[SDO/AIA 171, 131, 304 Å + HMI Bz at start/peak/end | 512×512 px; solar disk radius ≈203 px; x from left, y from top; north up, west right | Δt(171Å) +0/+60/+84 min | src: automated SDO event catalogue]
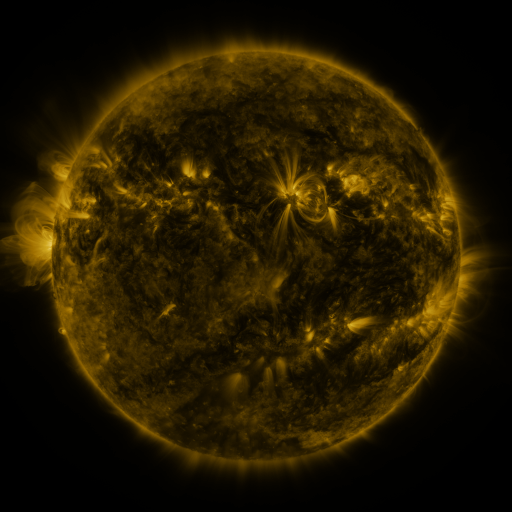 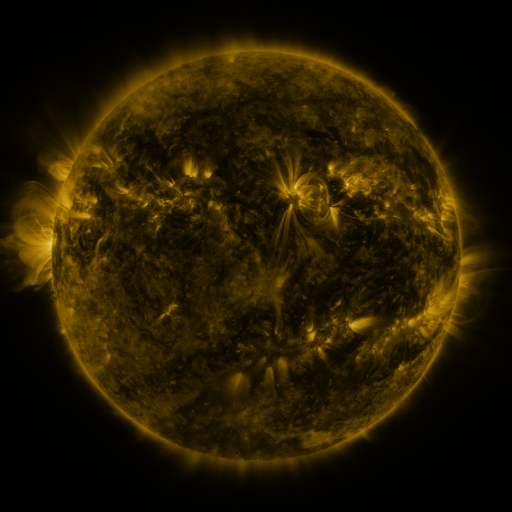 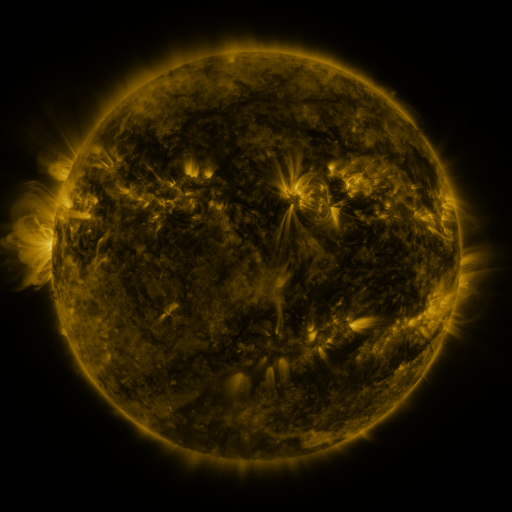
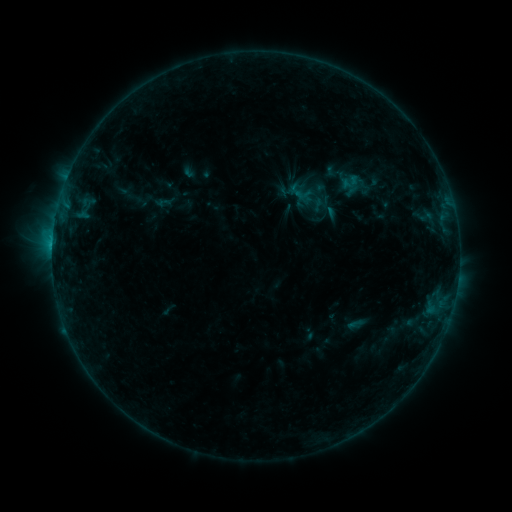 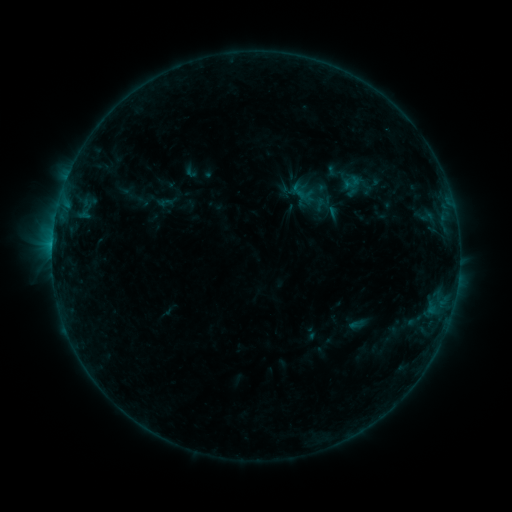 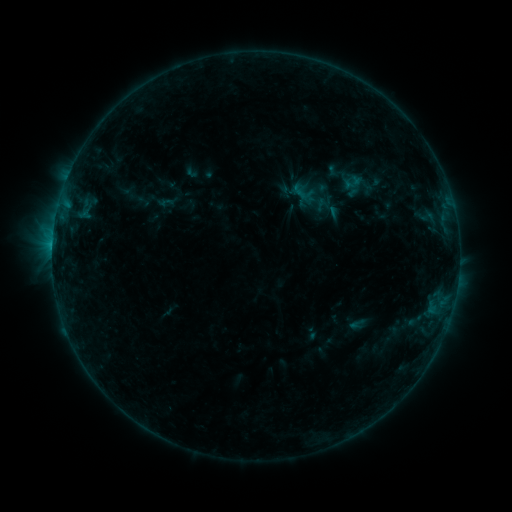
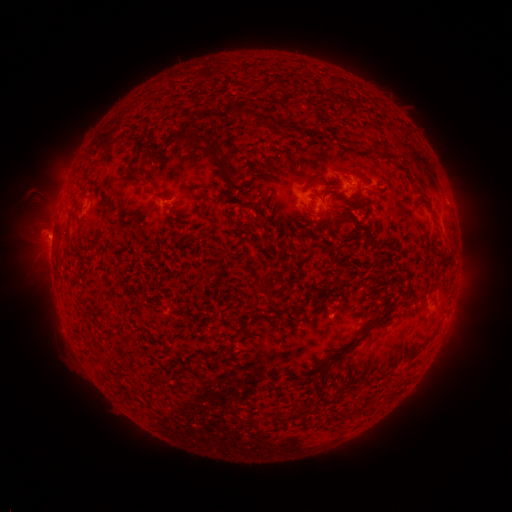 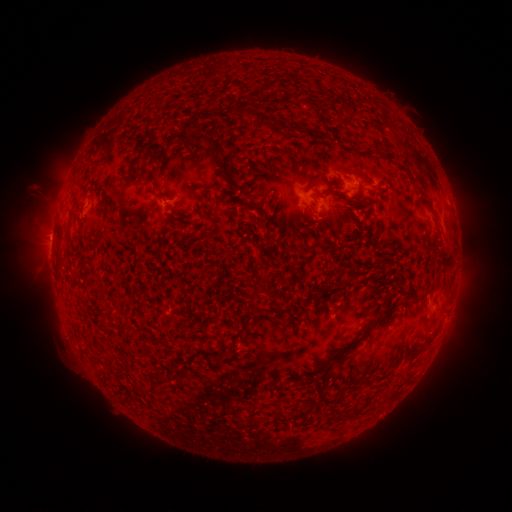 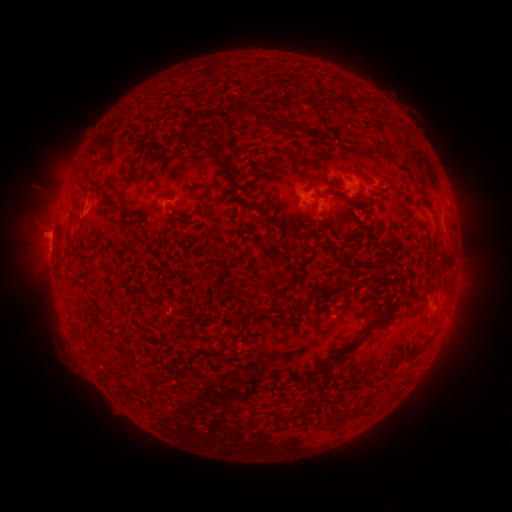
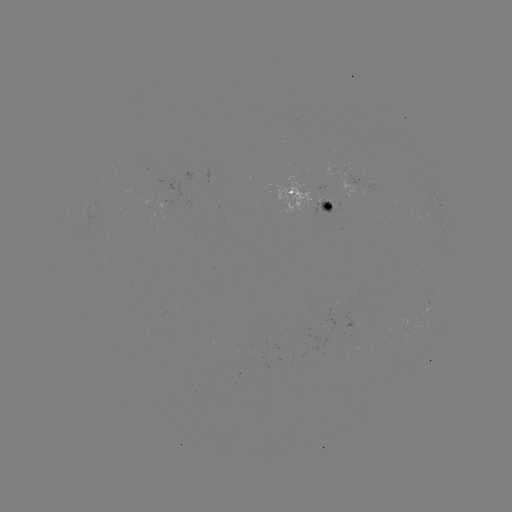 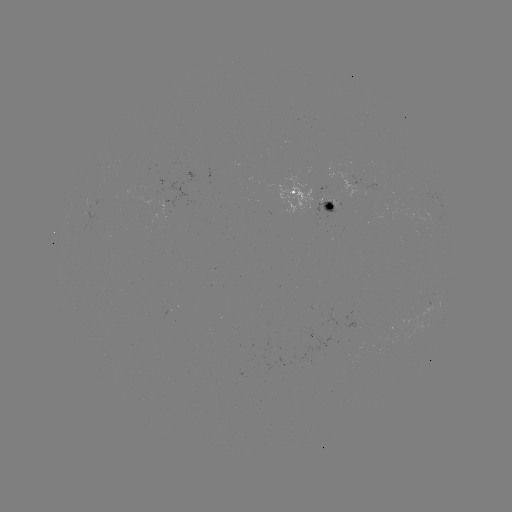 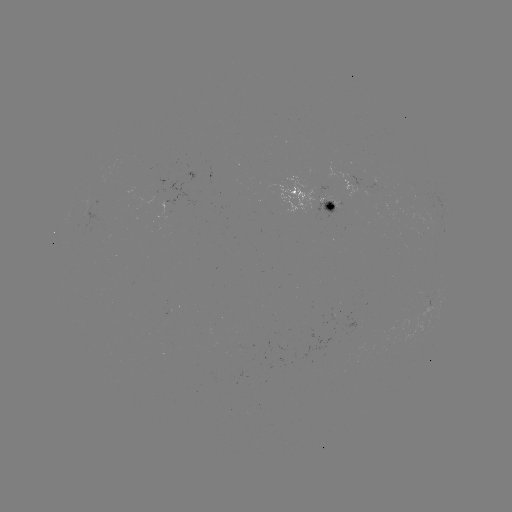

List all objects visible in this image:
emerging-flux region: (332, 205)
